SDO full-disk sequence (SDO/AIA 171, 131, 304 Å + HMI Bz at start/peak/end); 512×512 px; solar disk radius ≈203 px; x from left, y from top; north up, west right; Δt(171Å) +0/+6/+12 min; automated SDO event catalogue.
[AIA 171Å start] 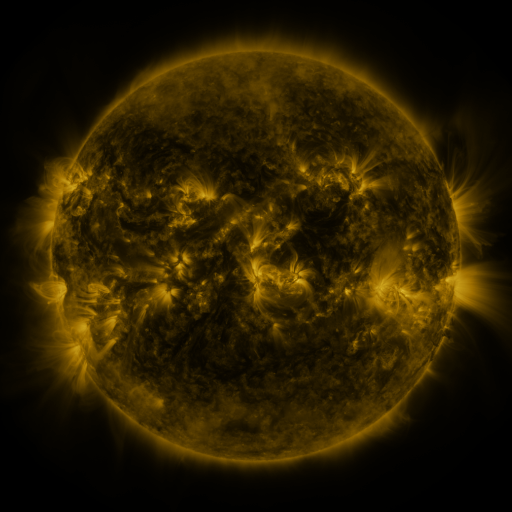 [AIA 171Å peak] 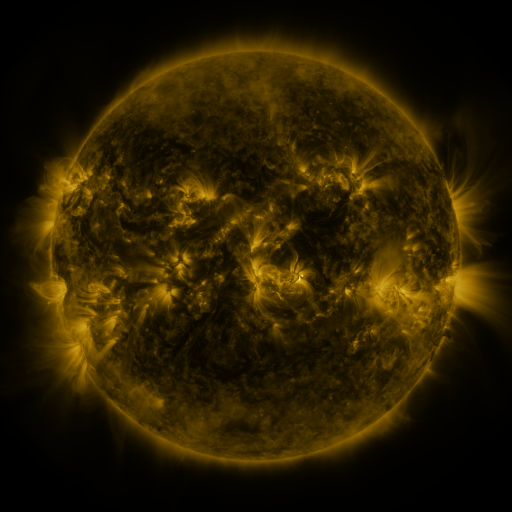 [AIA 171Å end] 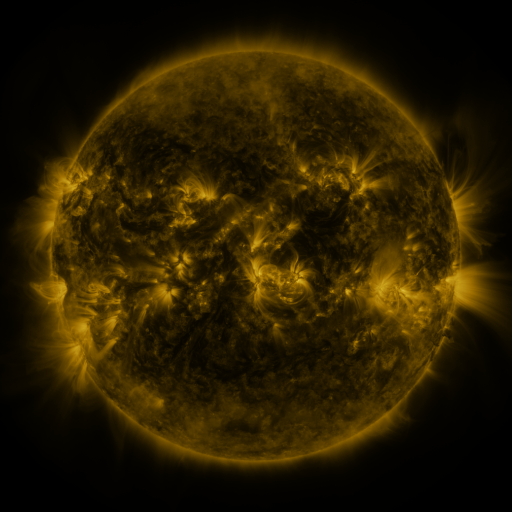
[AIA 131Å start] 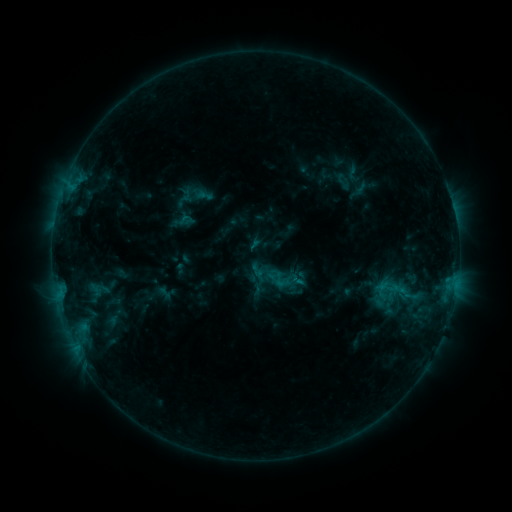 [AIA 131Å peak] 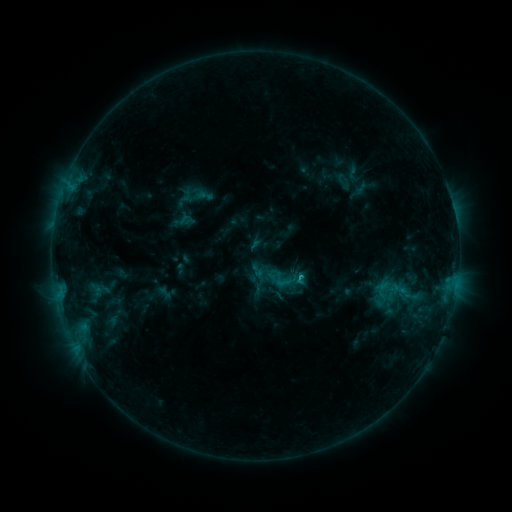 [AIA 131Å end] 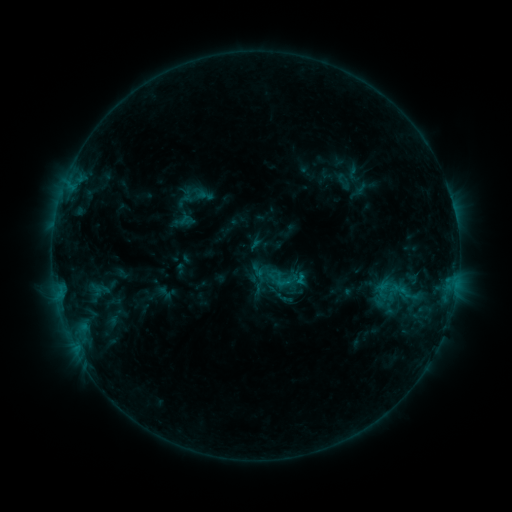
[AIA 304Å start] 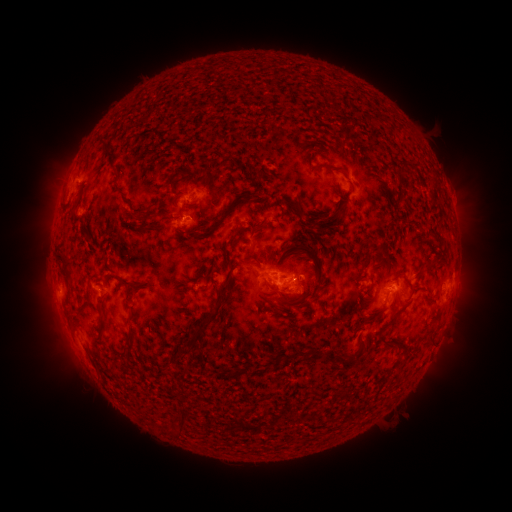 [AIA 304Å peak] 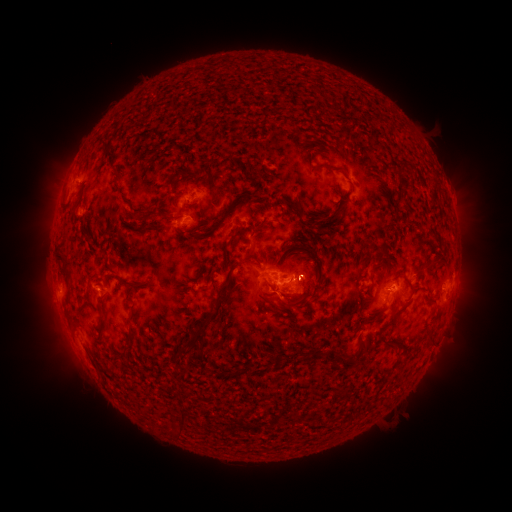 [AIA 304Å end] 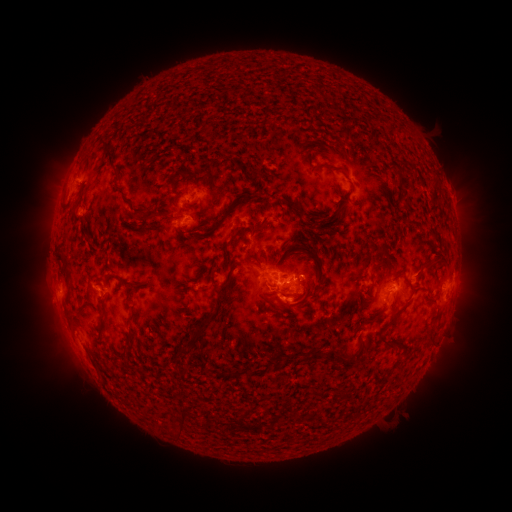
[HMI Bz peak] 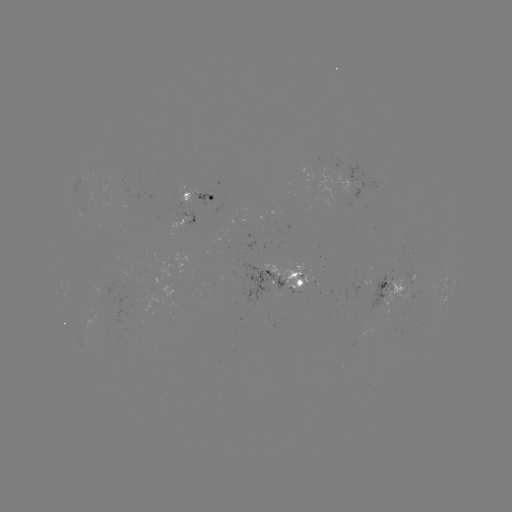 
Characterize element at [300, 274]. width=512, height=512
B8.7 flare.